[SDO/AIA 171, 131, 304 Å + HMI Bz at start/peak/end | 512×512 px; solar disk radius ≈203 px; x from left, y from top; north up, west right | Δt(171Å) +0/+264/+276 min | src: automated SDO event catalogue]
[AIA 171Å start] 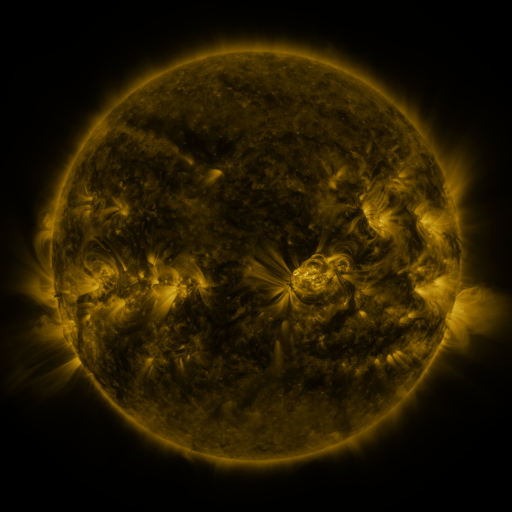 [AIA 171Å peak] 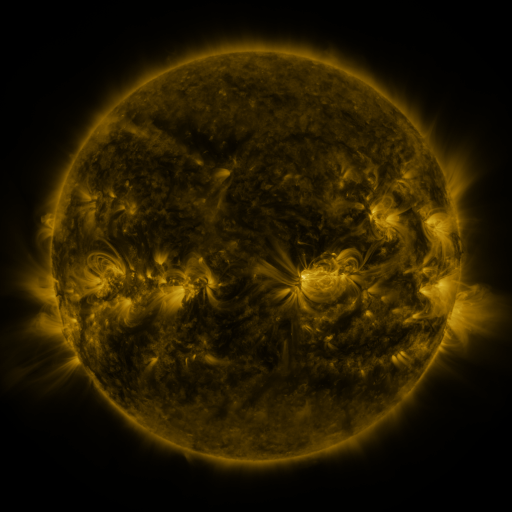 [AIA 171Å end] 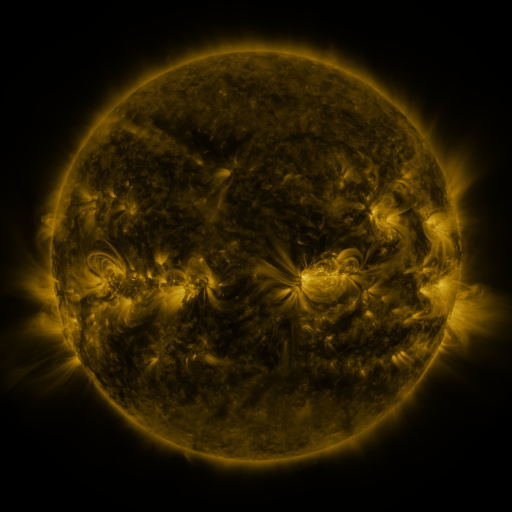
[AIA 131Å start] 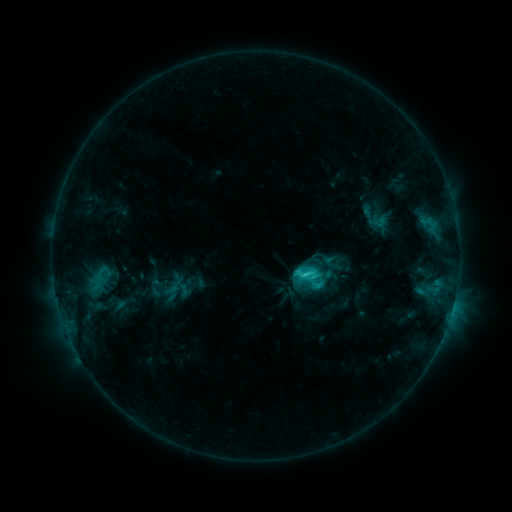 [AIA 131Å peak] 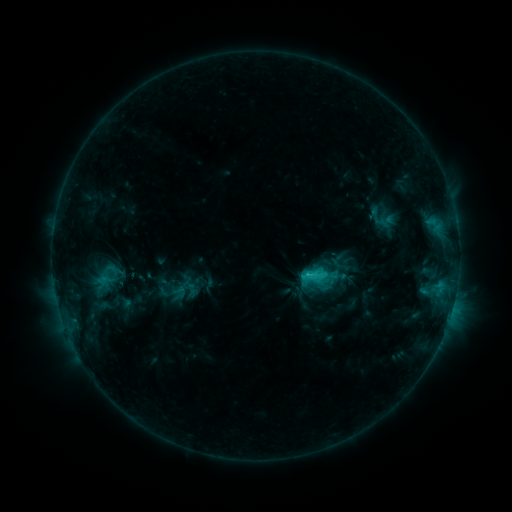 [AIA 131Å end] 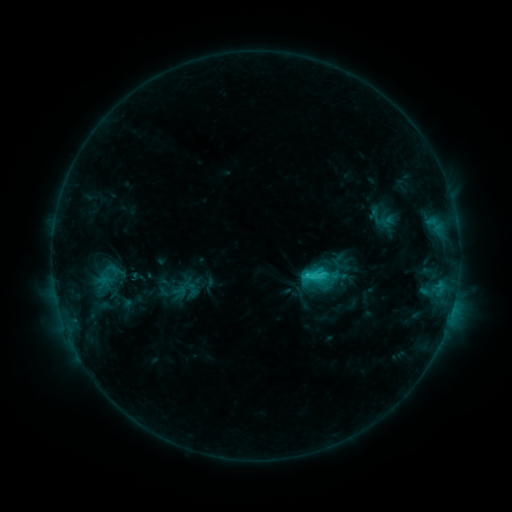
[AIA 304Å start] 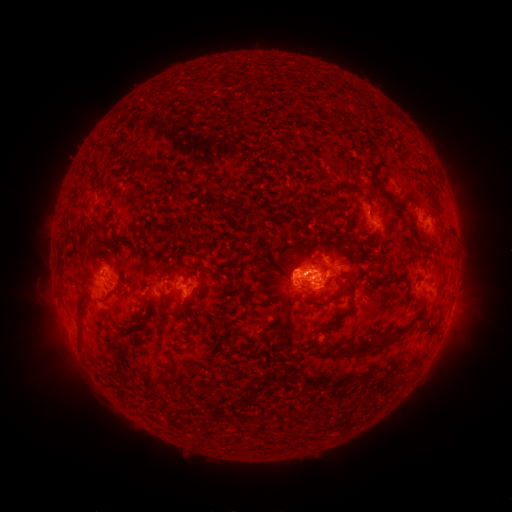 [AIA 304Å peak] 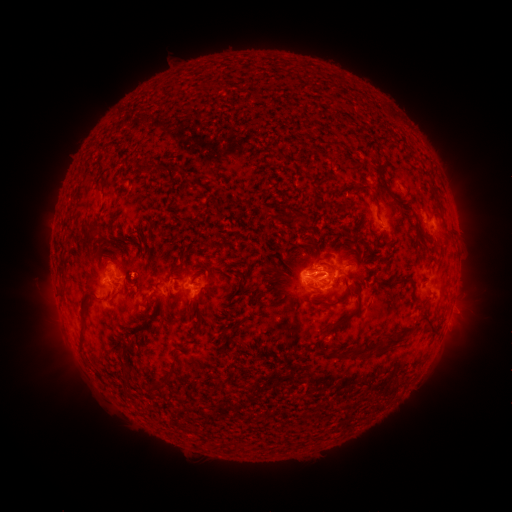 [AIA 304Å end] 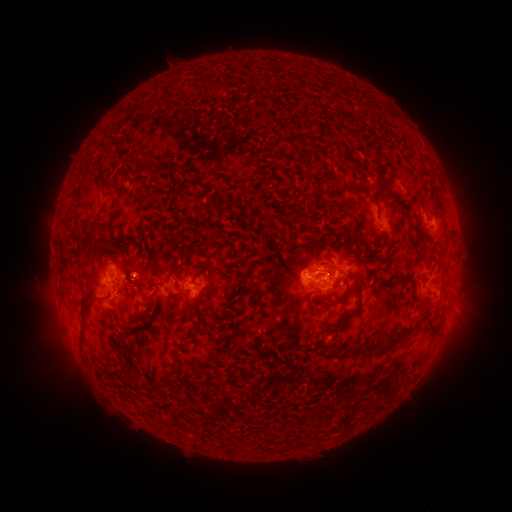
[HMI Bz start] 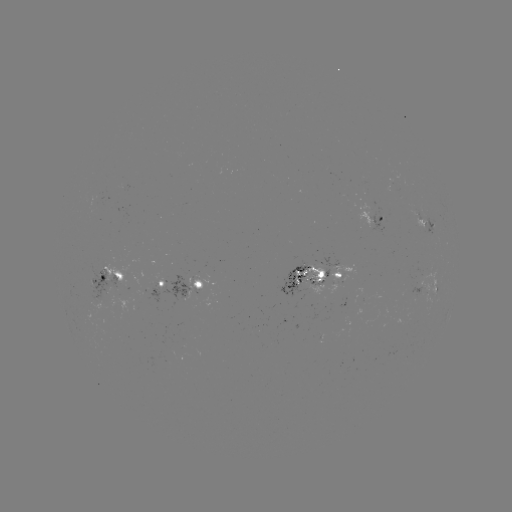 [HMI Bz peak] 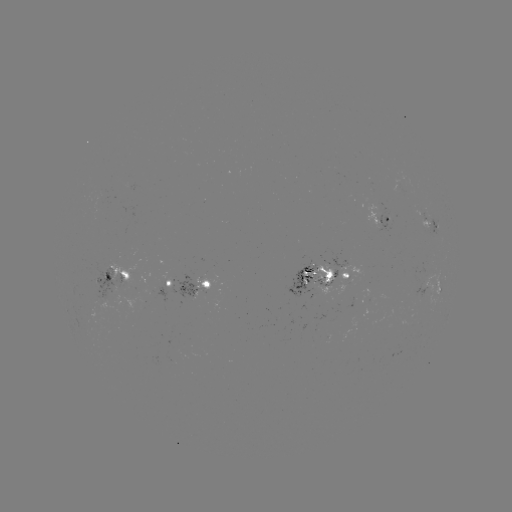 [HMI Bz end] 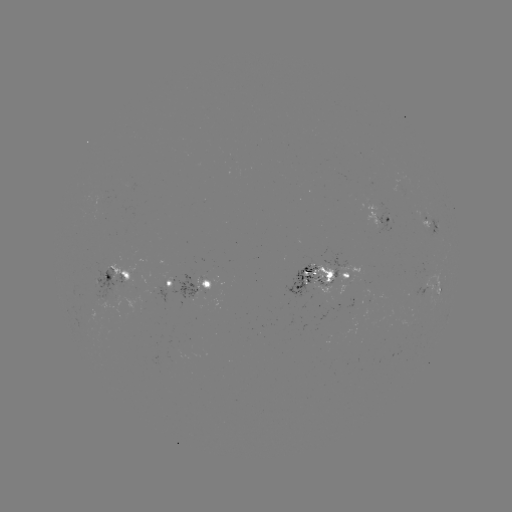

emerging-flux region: (304, 260, 334, 283)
